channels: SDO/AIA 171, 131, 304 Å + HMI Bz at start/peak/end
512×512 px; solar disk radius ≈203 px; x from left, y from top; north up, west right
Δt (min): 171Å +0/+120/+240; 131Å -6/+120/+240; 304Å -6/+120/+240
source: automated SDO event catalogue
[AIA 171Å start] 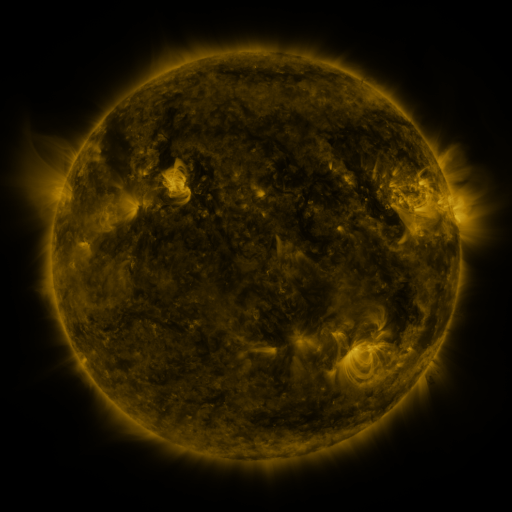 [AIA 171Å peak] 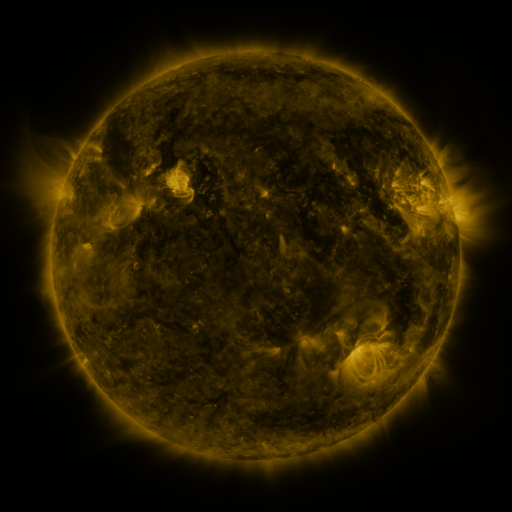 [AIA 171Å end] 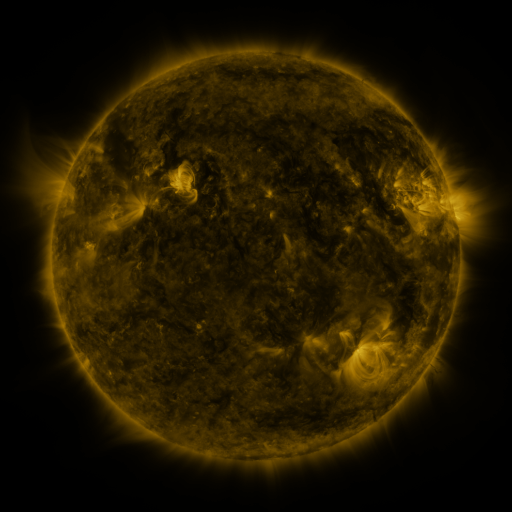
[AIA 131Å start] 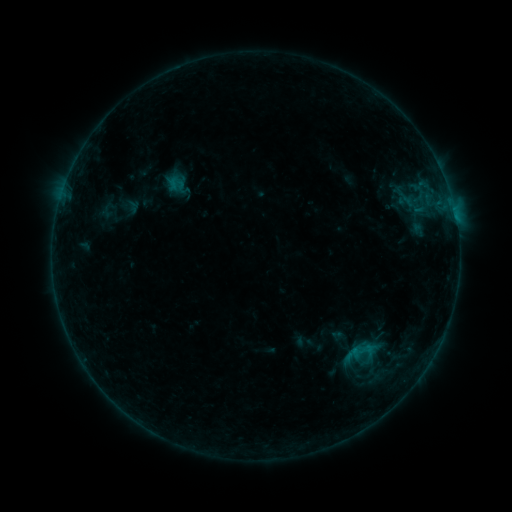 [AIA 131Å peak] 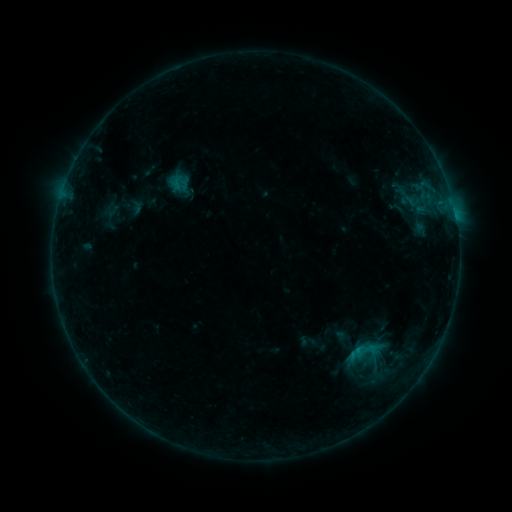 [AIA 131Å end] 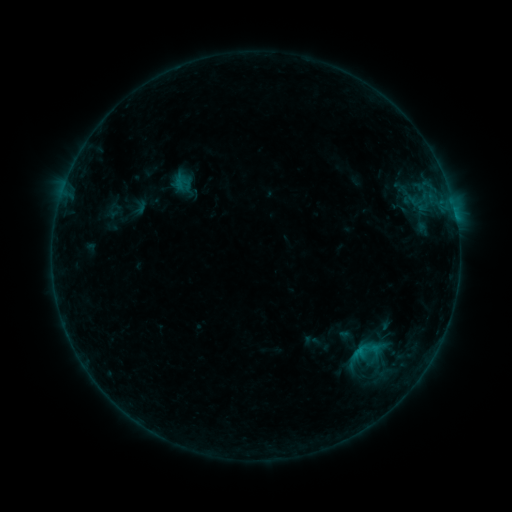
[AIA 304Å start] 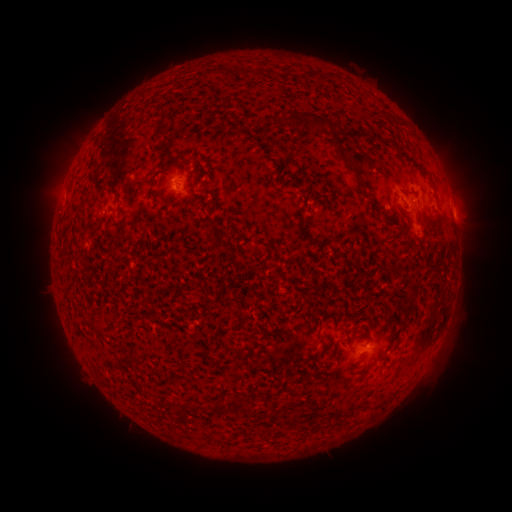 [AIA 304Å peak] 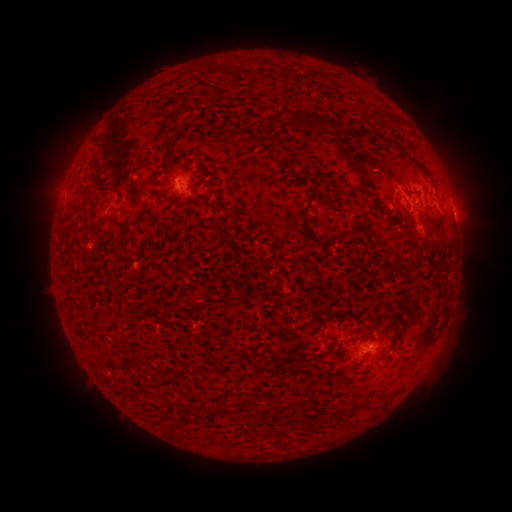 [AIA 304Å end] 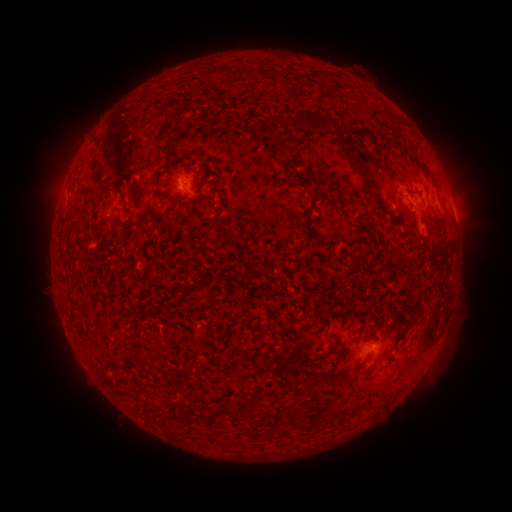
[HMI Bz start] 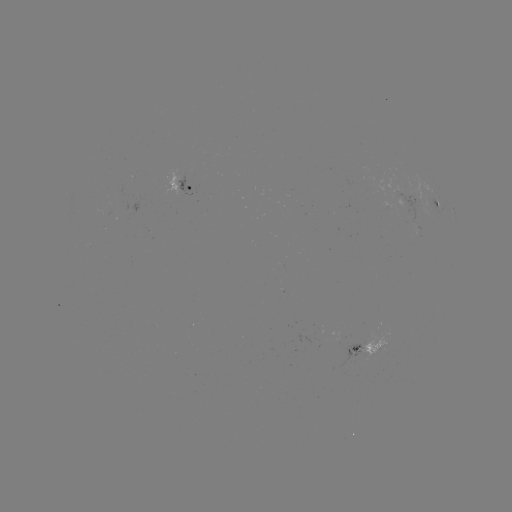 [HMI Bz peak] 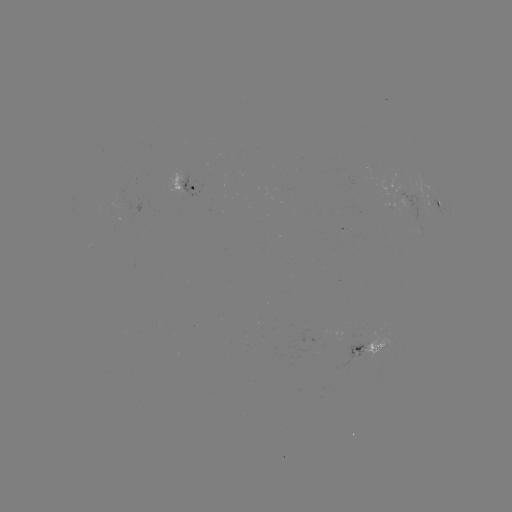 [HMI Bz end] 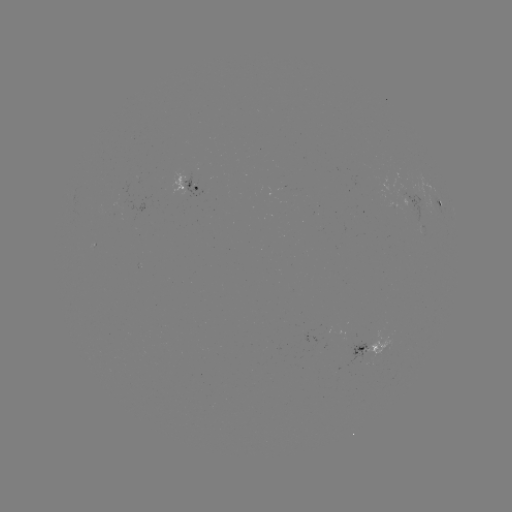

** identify filament eruption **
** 379,171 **